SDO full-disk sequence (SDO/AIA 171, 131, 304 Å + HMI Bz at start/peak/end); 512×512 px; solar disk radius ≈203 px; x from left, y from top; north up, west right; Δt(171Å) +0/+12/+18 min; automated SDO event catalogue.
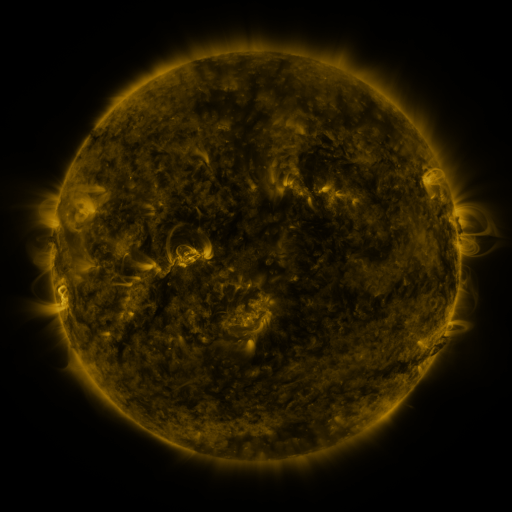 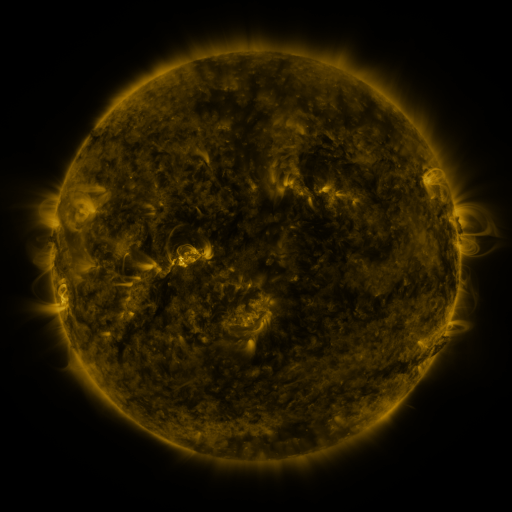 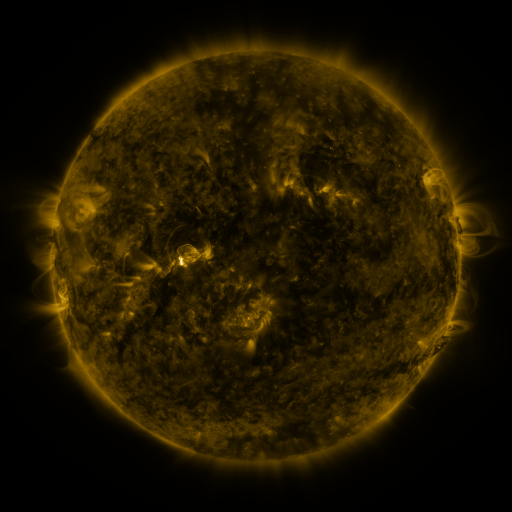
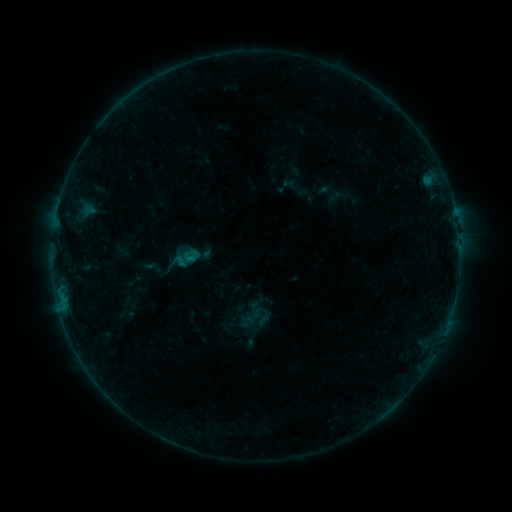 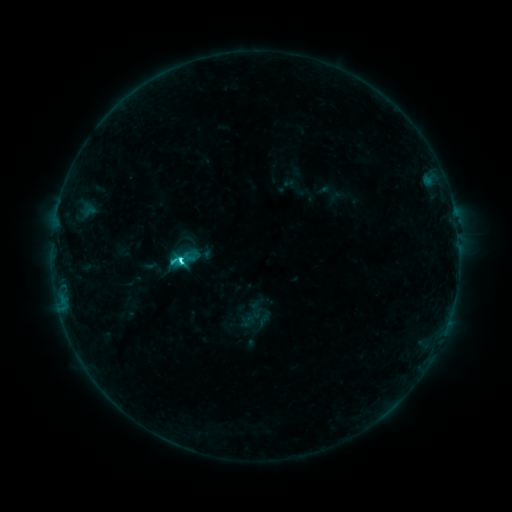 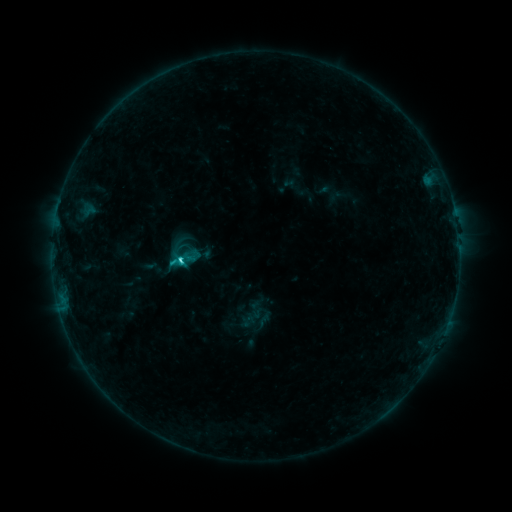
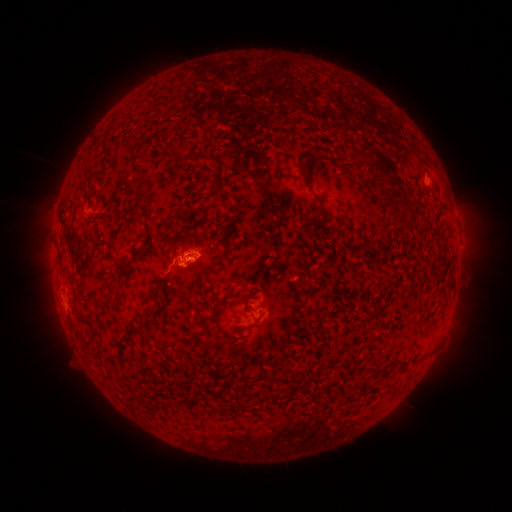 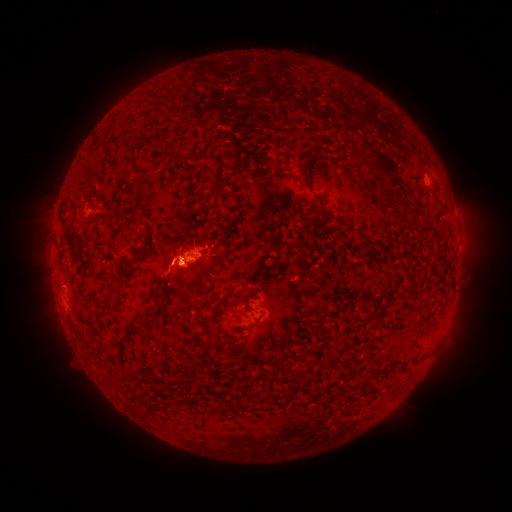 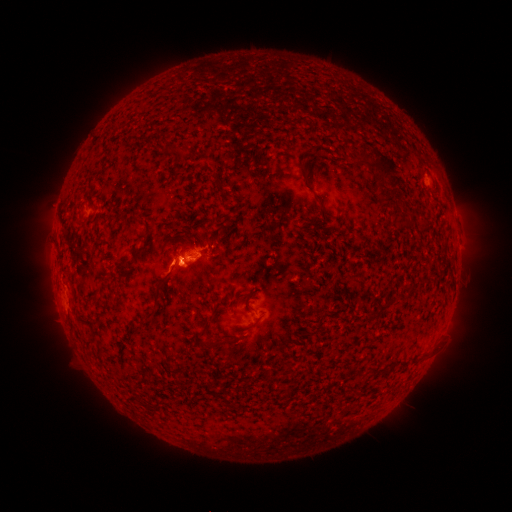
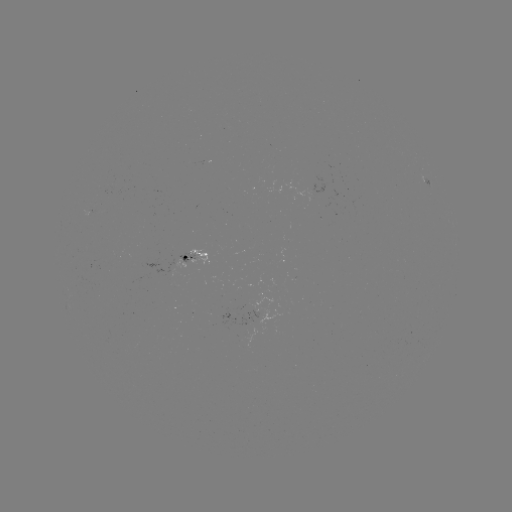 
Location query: C3.3 flare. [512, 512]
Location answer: [183, 260].